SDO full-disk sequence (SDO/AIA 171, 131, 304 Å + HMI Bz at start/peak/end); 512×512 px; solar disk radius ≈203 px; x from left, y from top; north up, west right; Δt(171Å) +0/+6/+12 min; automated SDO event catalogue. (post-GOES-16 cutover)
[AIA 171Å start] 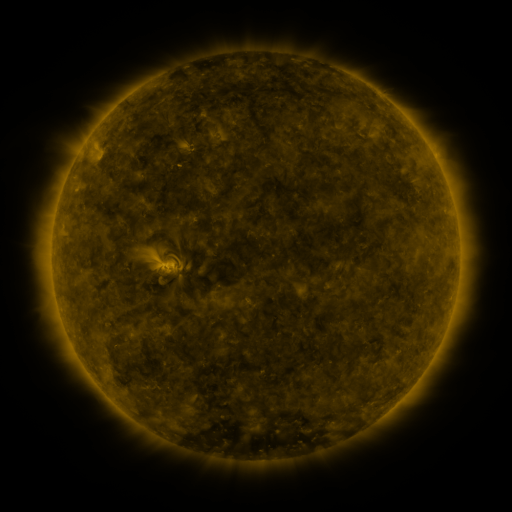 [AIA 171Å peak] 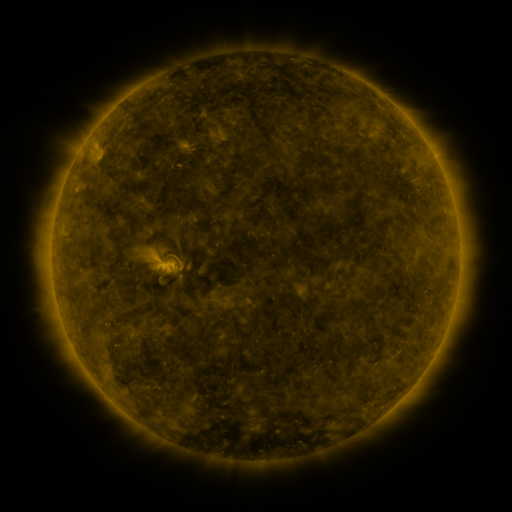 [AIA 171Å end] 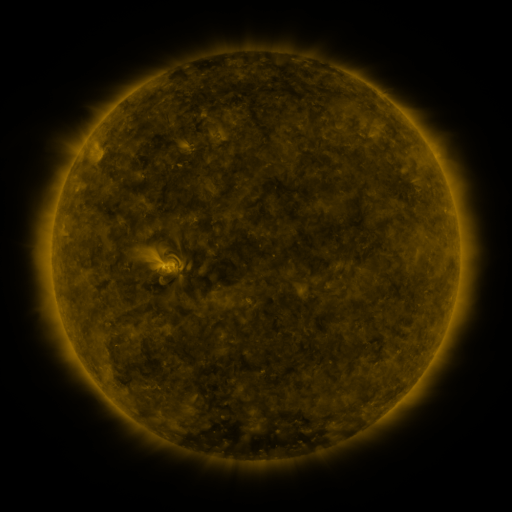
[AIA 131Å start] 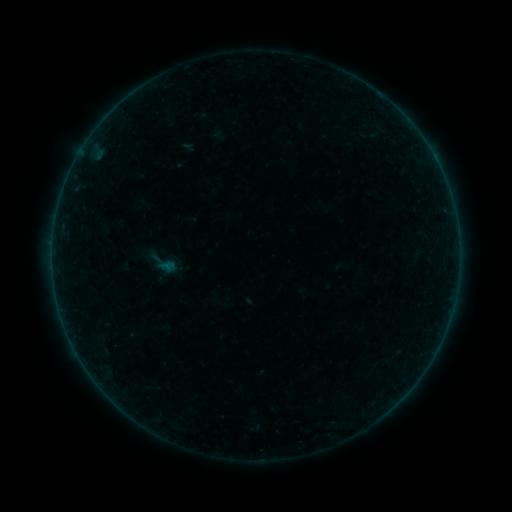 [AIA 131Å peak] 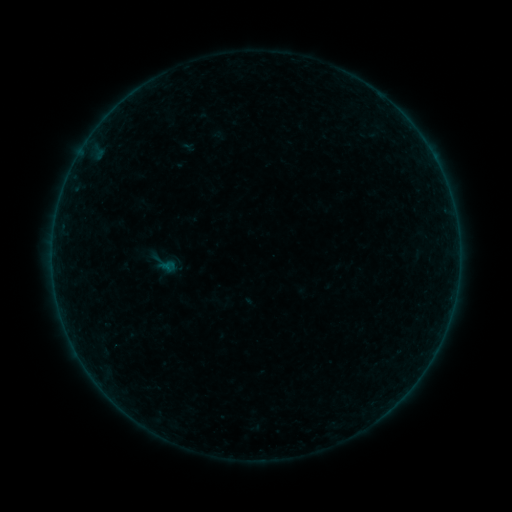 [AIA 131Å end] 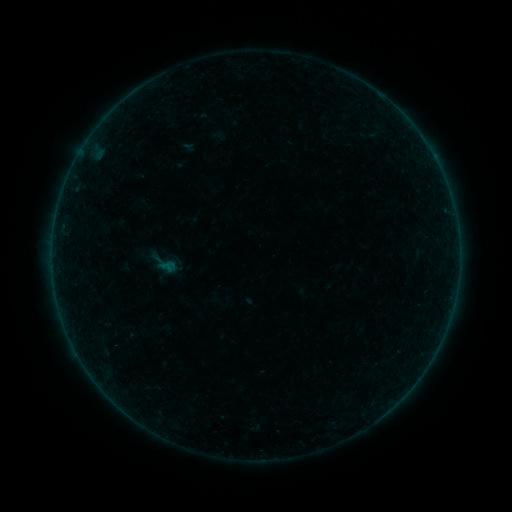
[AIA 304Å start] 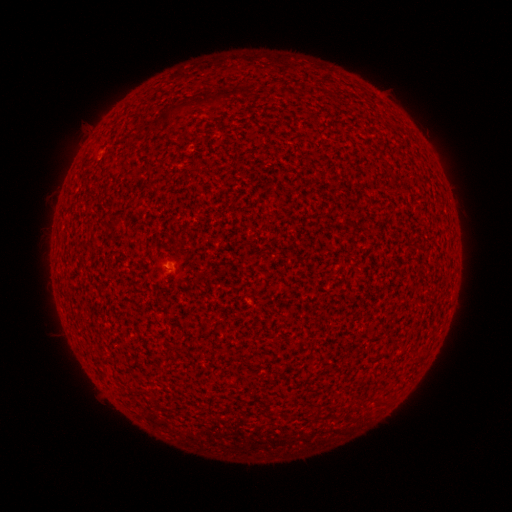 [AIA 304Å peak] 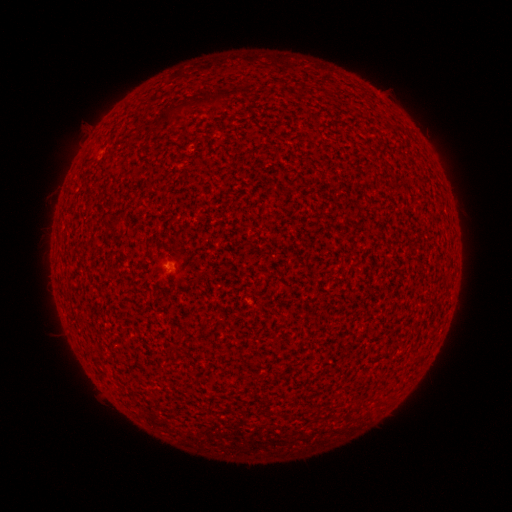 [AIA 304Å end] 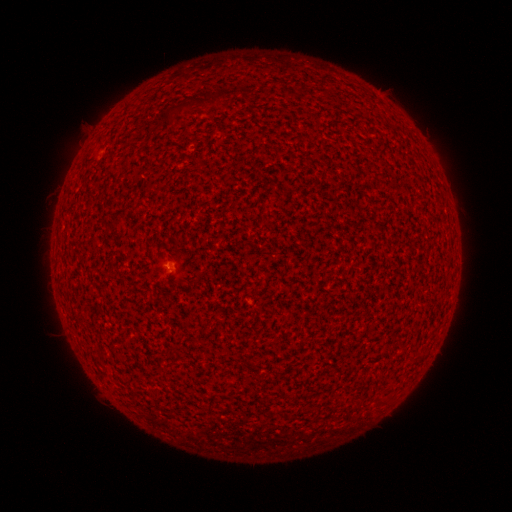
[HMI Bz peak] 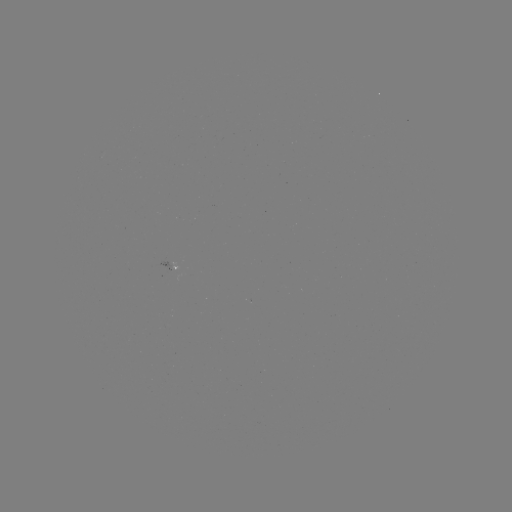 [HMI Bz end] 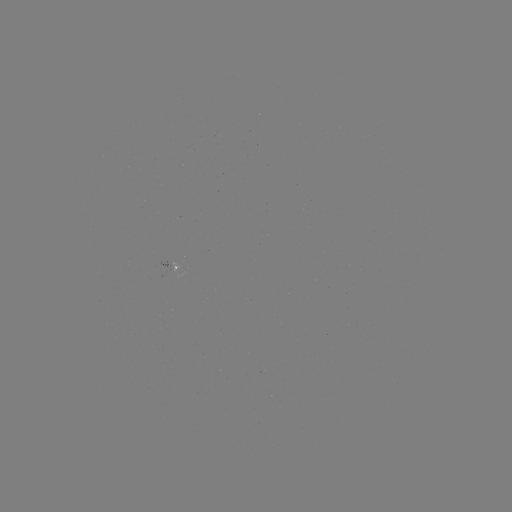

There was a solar flare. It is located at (170, 266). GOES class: A2.2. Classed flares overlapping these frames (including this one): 1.